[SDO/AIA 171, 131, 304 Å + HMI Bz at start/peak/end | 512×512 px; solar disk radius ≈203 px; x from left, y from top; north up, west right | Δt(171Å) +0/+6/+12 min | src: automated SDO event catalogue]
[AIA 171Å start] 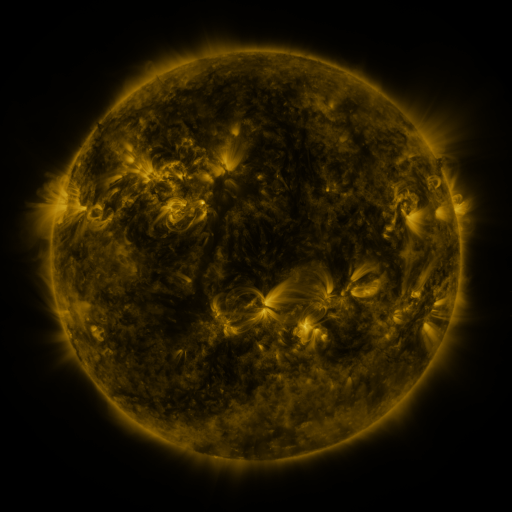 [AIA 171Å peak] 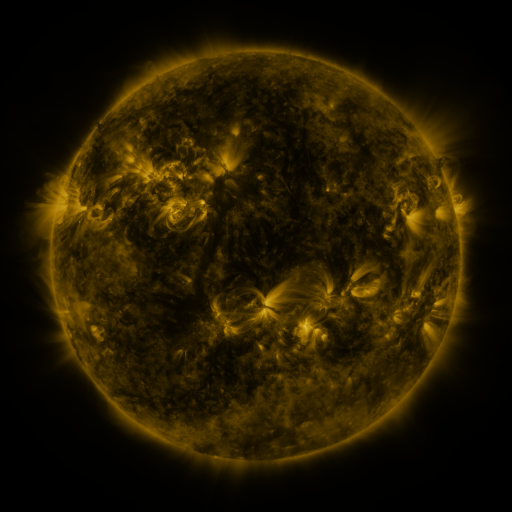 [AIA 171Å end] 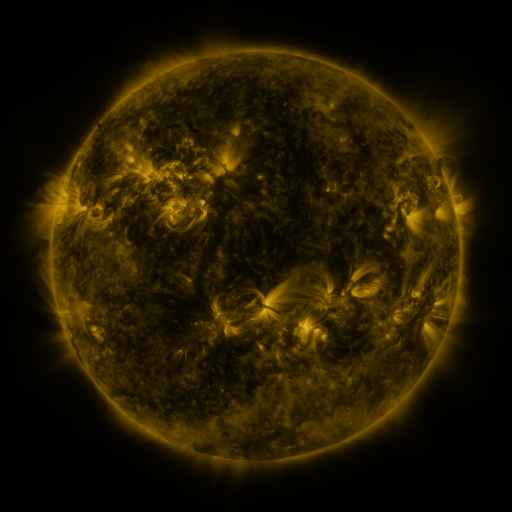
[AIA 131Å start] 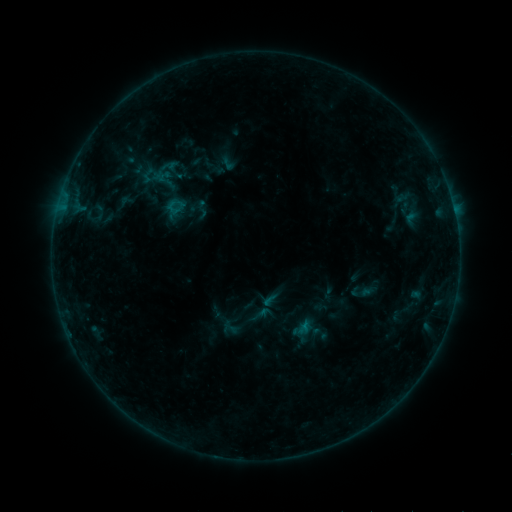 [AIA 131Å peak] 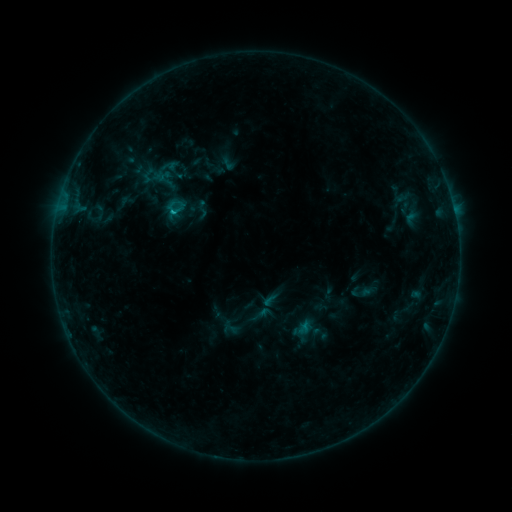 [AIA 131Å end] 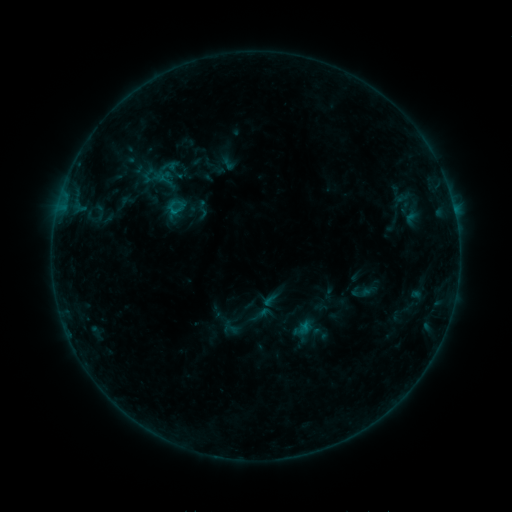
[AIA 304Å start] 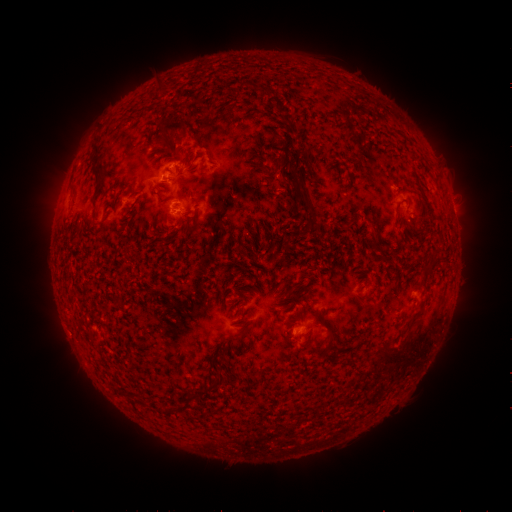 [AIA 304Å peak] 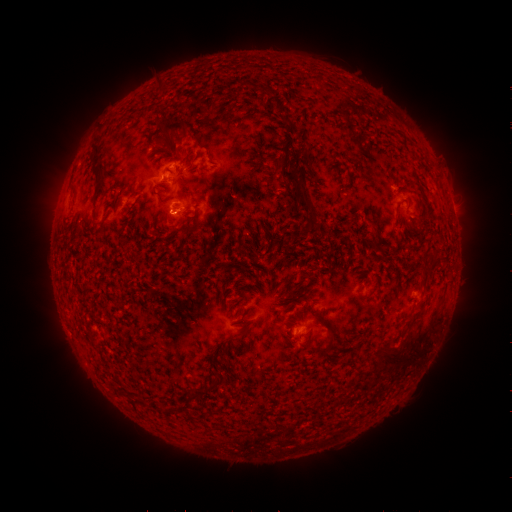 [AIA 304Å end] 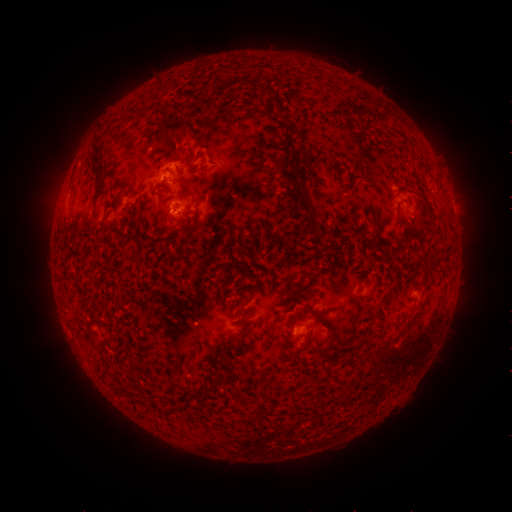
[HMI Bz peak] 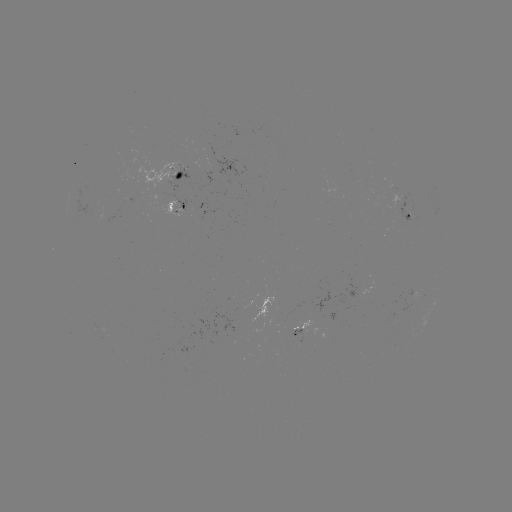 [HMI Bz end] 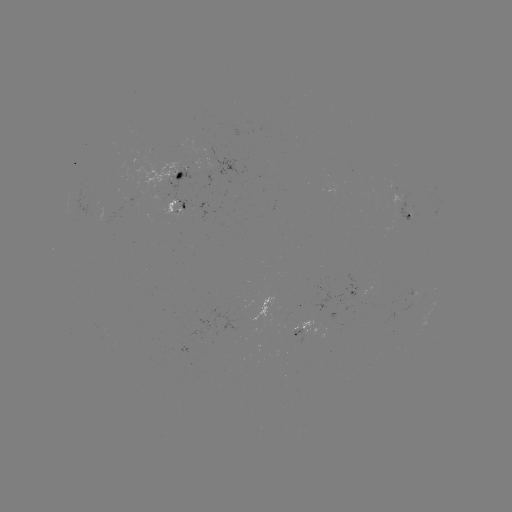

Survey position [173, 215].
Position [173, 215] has B4.9 flare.